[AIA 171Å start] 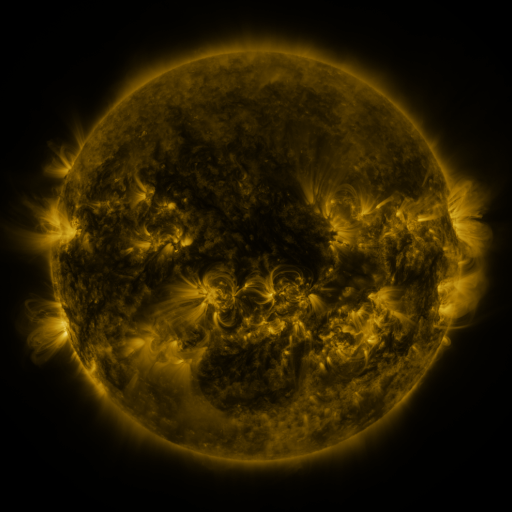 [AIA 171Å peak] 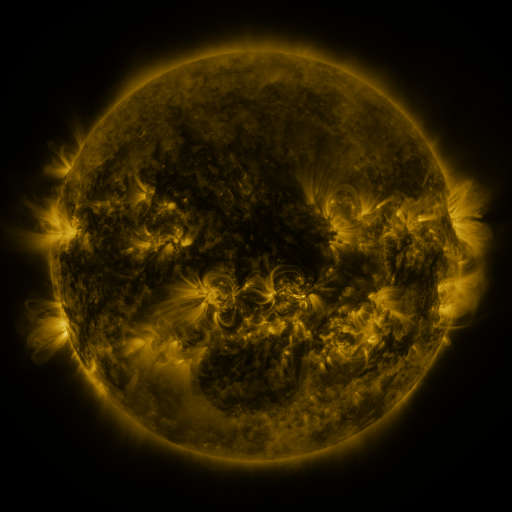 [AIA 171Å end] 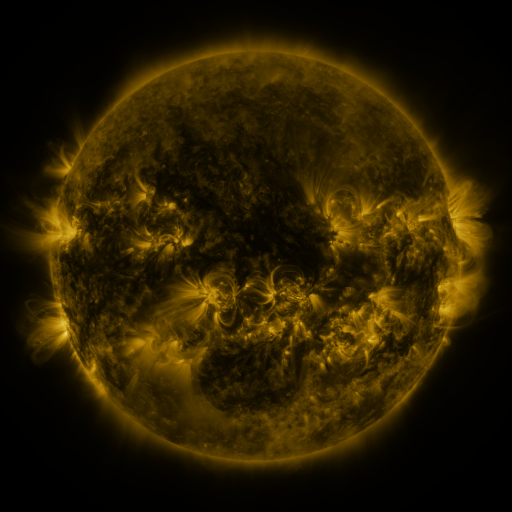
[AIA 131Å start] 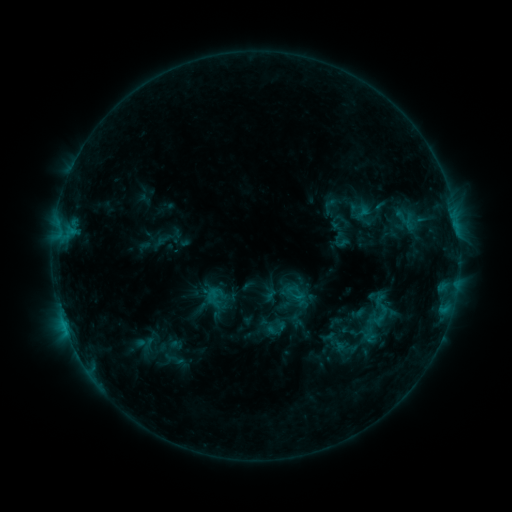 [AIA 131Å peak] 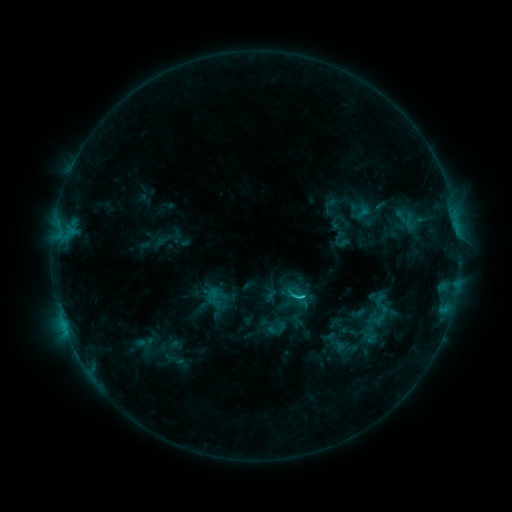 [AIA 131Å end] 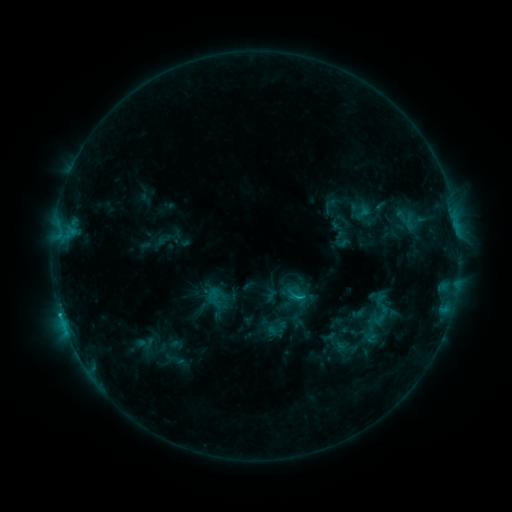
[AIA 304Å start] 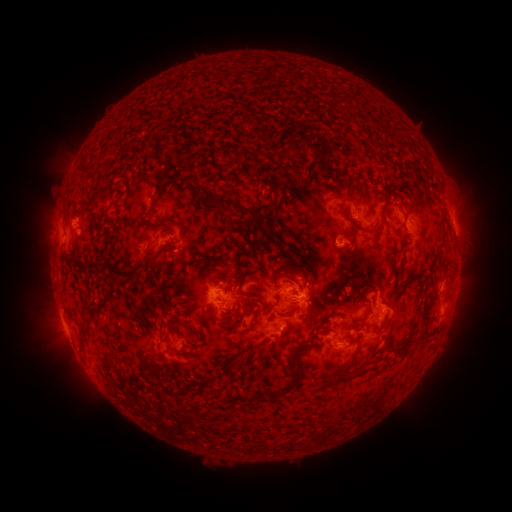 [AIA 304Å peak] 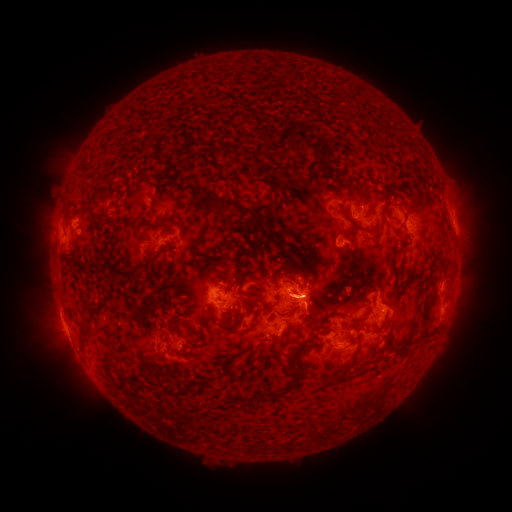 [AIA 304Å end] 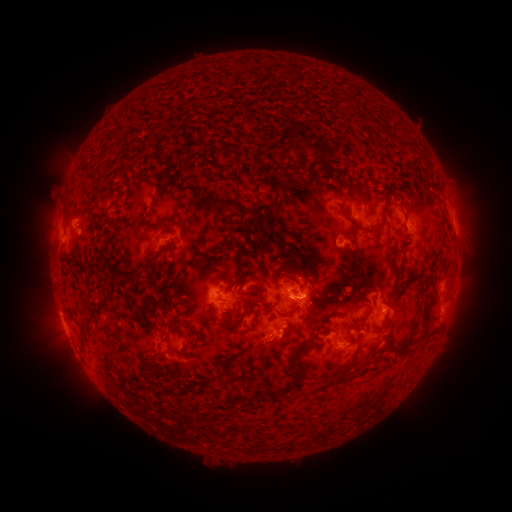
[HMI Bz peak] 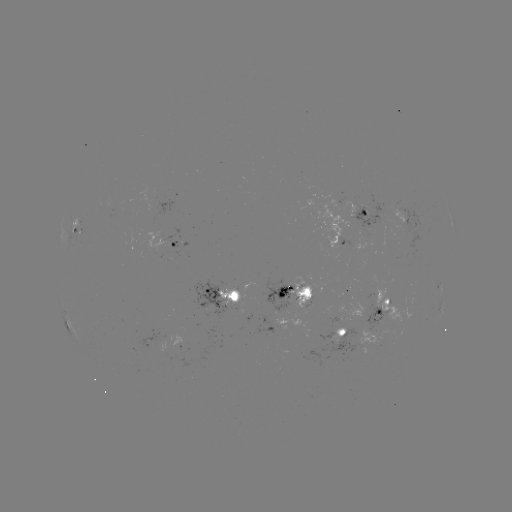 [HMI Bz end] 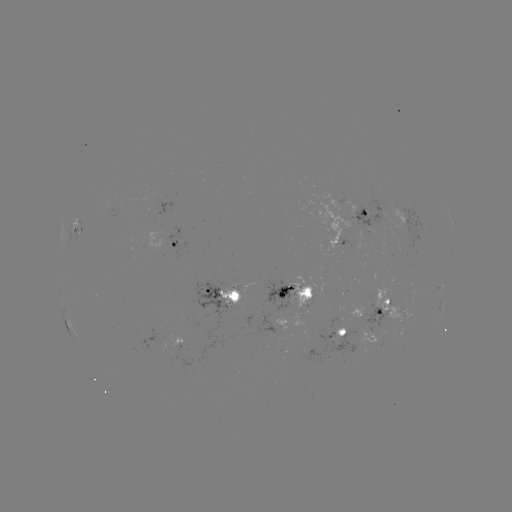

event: flare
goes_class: C1.8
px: (301, 296)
